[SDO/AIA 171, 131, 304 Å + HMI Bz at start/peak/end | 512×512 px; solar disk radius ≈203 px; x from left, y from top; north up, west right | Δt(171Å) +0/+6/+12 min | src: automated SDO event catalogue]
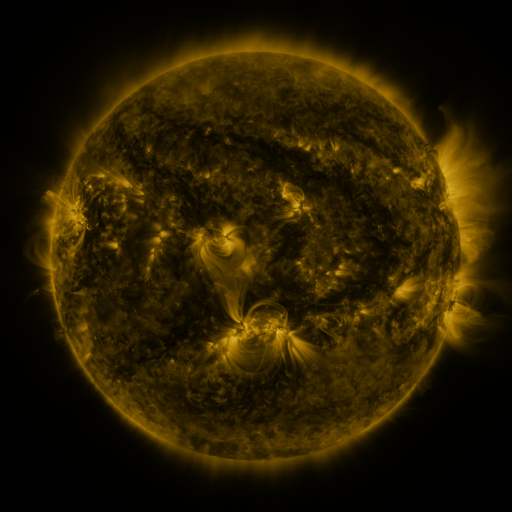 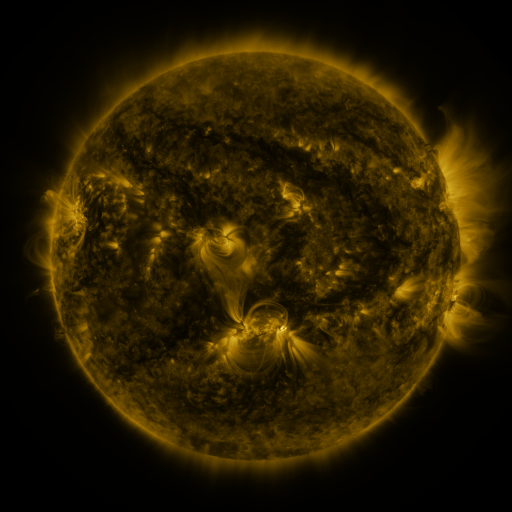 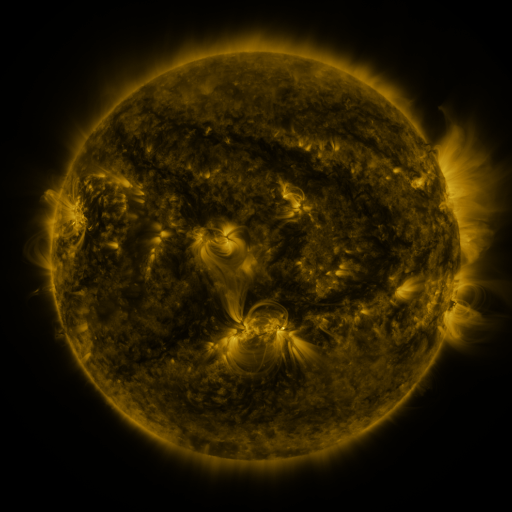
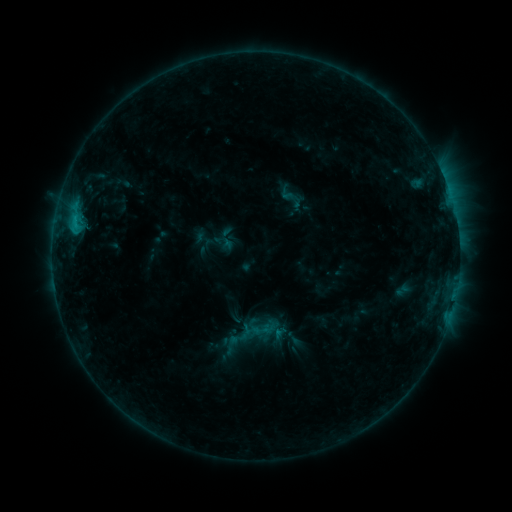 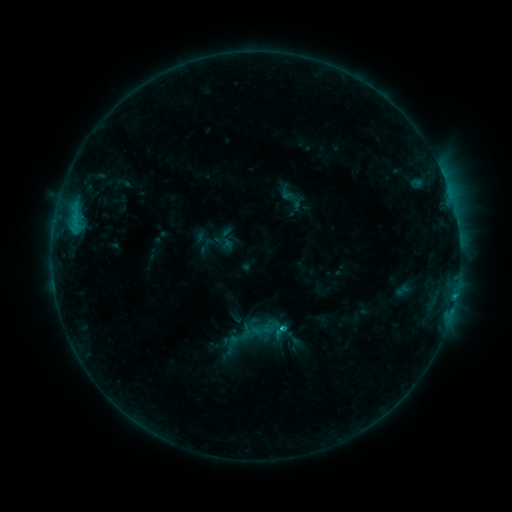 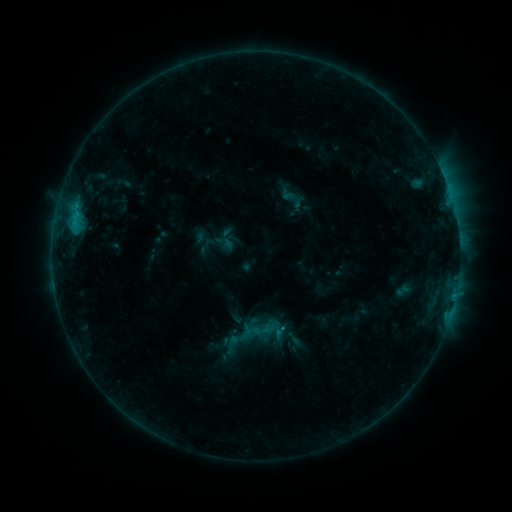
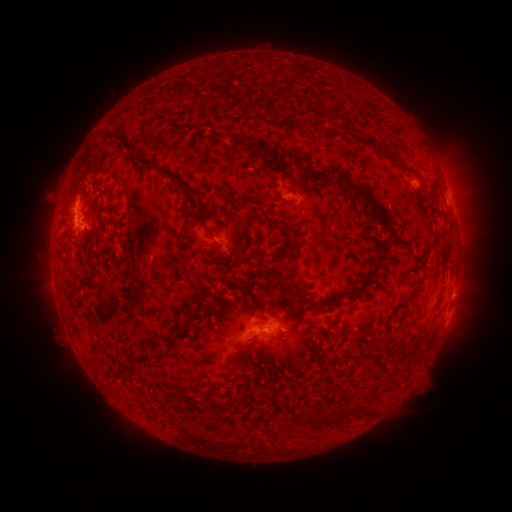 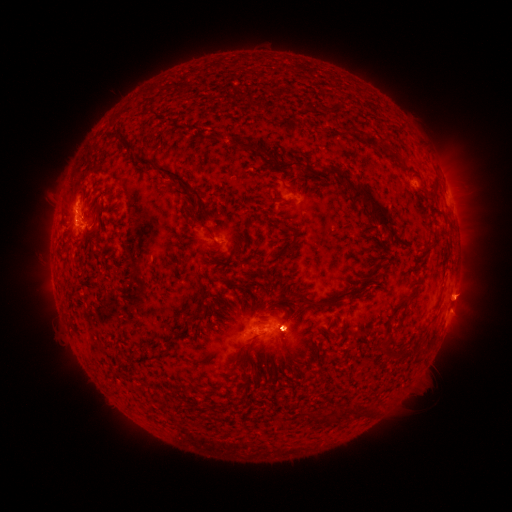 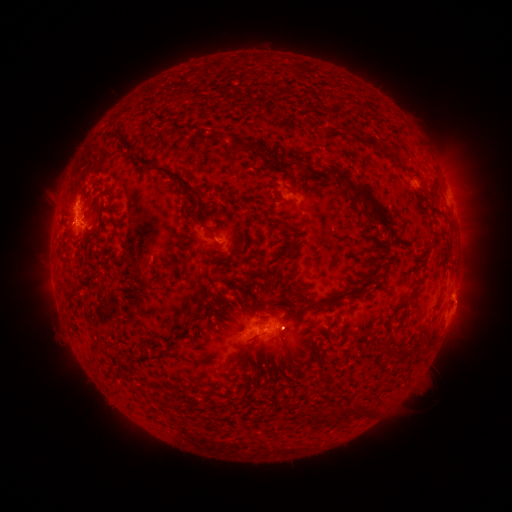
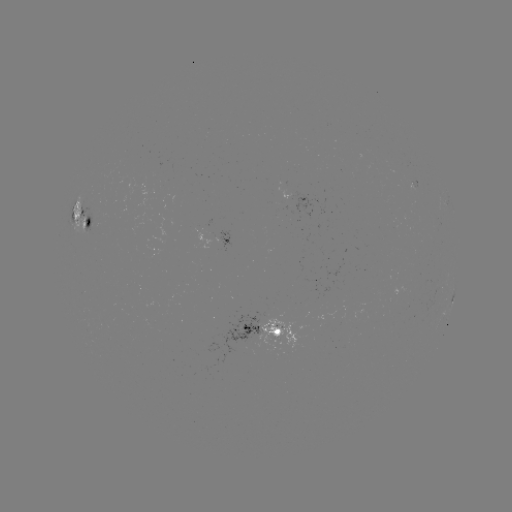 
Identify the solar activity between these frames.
eruption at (290, 328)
